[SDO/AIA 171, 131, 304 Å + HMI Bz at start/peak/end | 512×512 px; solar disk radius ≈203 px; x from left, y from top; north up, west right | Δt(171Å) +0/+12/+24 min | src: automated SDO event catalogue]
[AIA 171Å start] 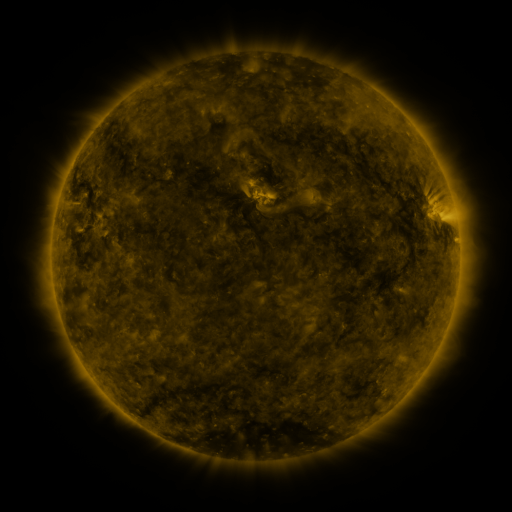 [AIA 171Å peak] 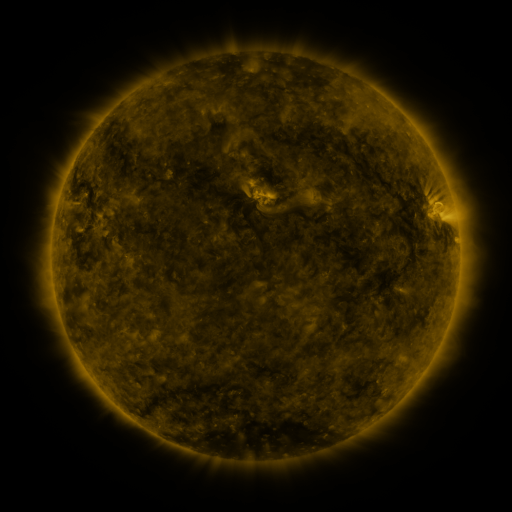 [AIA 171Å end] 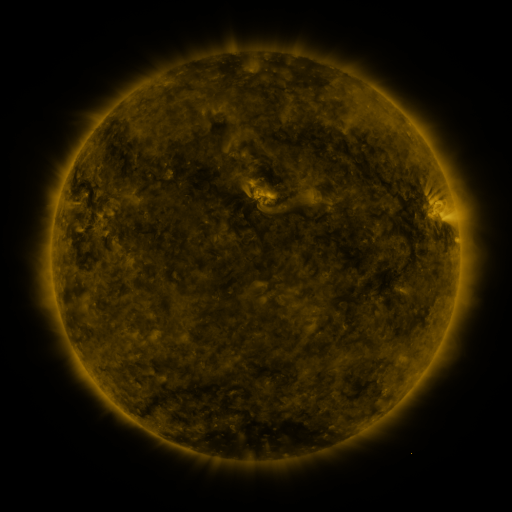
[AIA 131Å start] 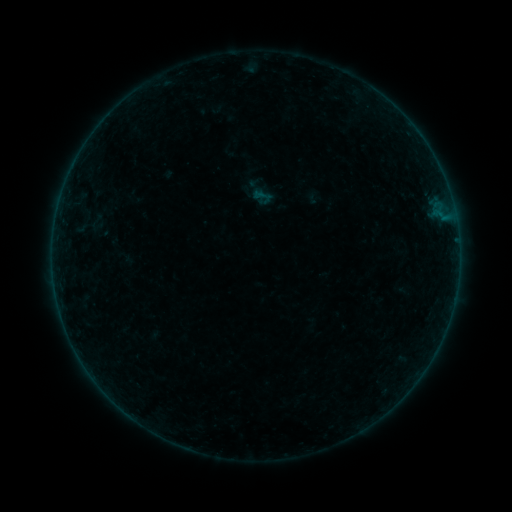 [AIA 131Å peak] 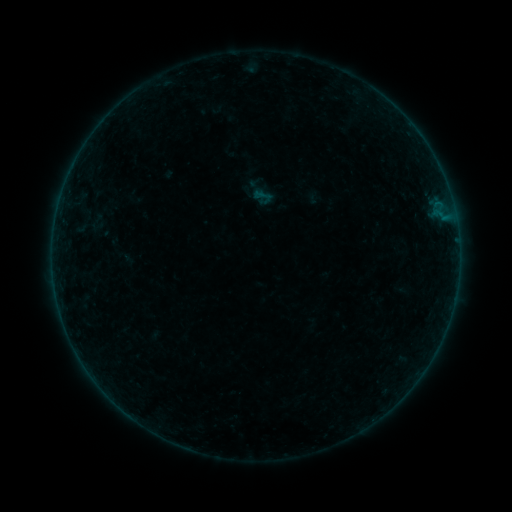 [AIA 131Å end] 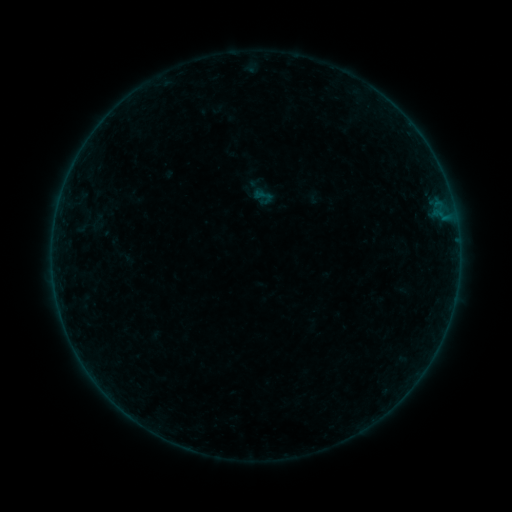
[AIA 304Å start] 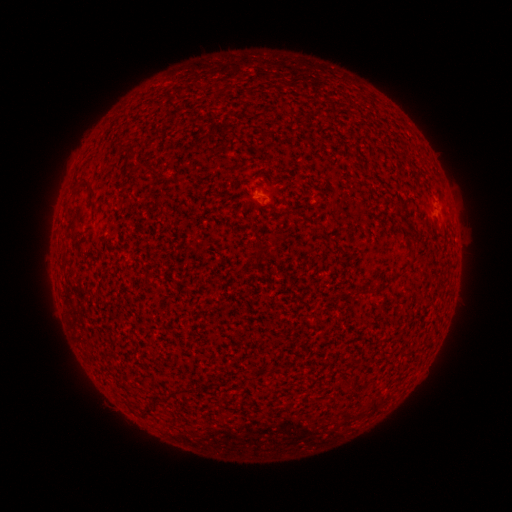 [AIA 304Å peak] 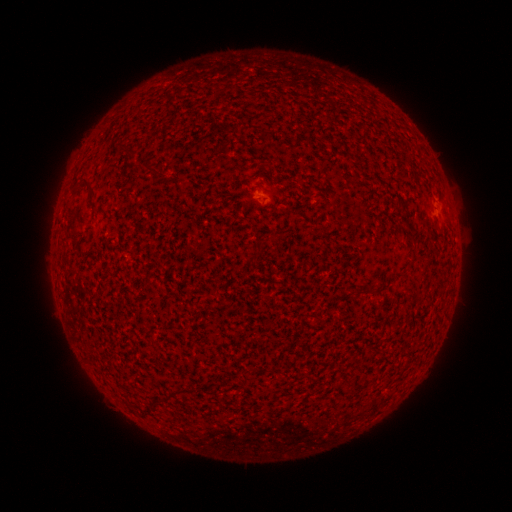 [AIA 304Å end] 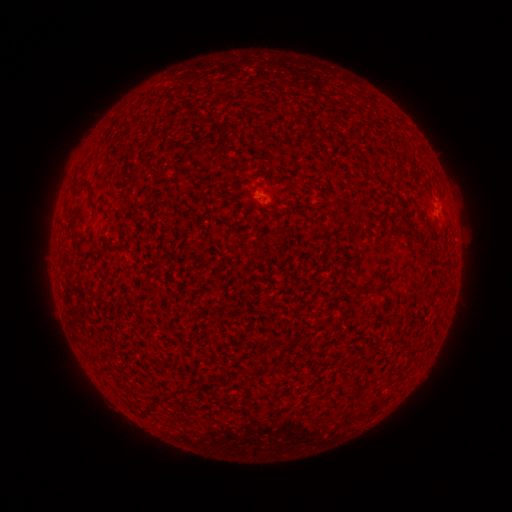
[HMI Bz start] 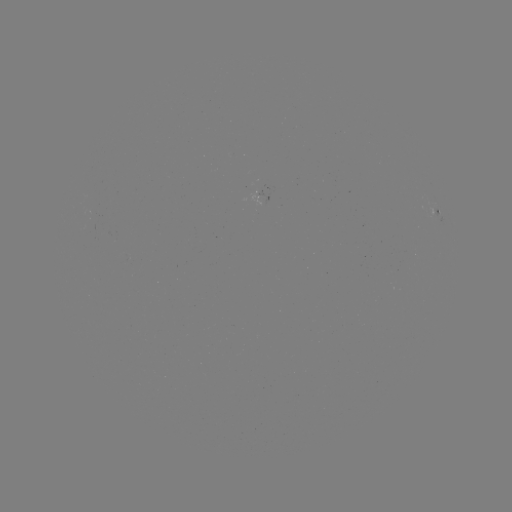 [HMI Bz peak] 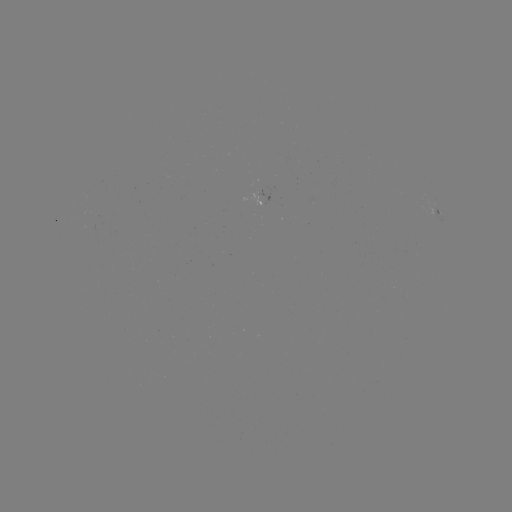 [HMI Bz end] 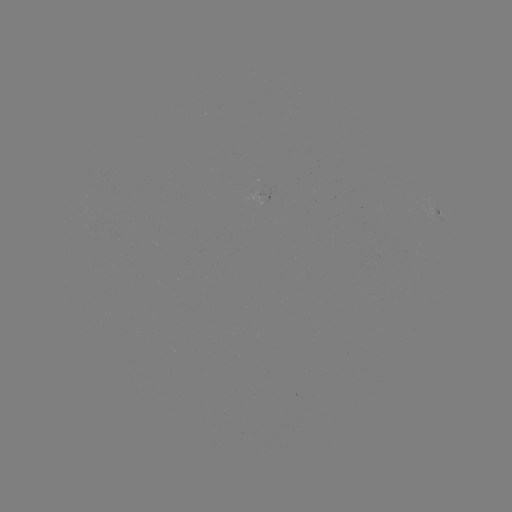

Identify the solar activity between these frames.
no classed flare was catalogued and no EUV brightening was flagged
